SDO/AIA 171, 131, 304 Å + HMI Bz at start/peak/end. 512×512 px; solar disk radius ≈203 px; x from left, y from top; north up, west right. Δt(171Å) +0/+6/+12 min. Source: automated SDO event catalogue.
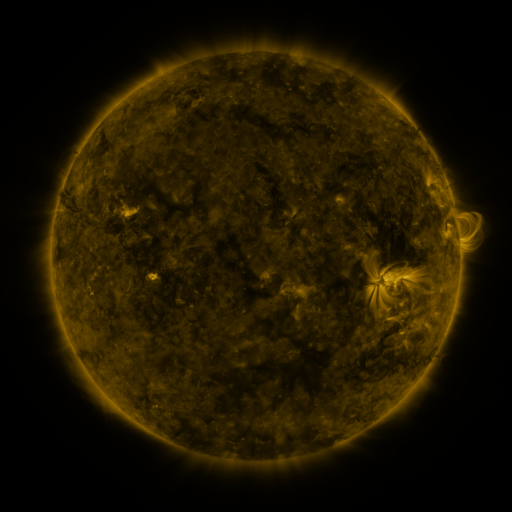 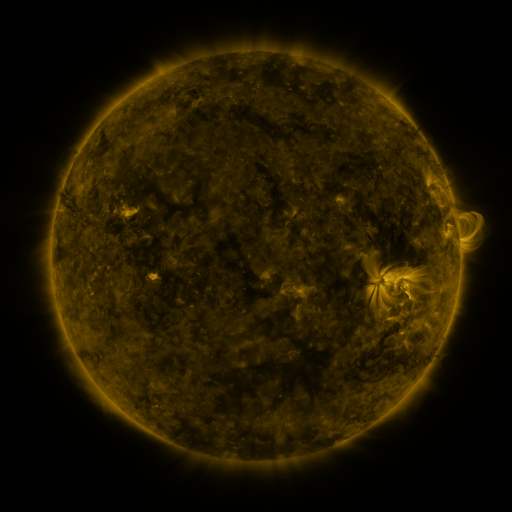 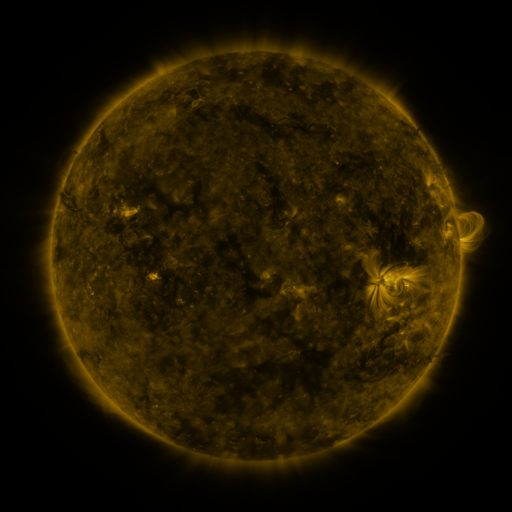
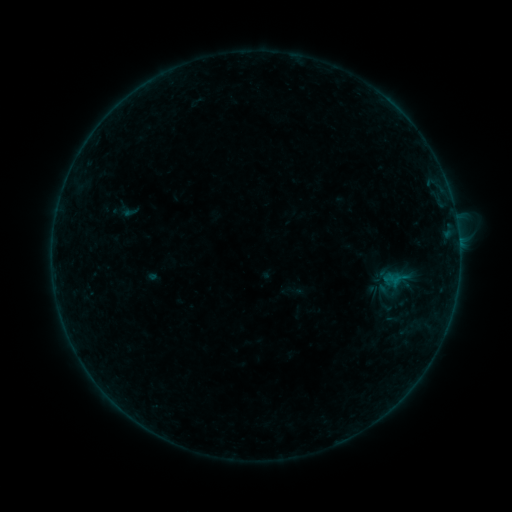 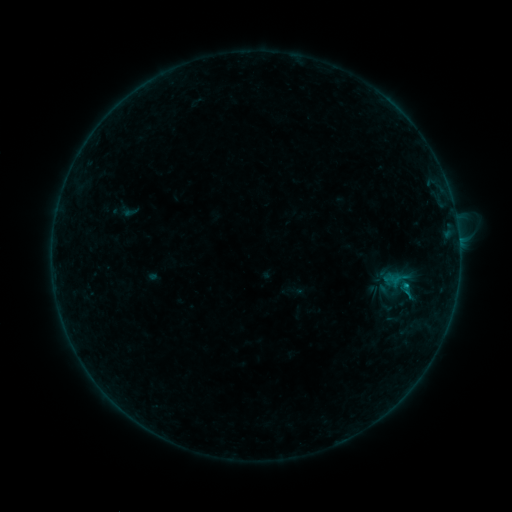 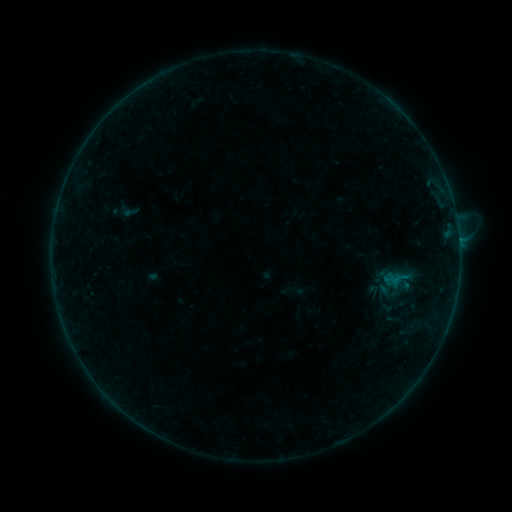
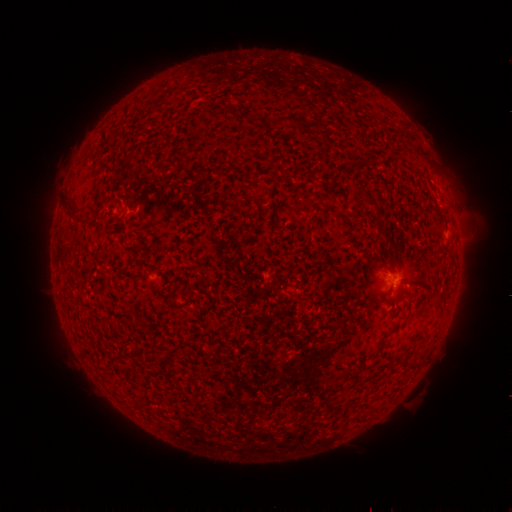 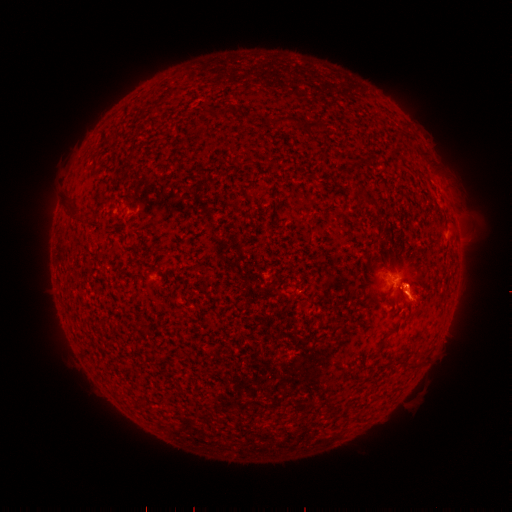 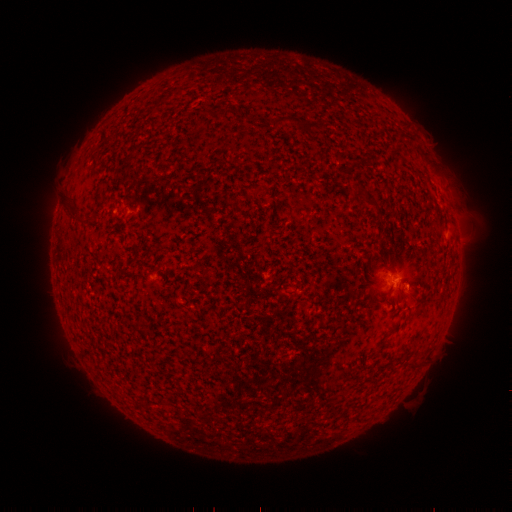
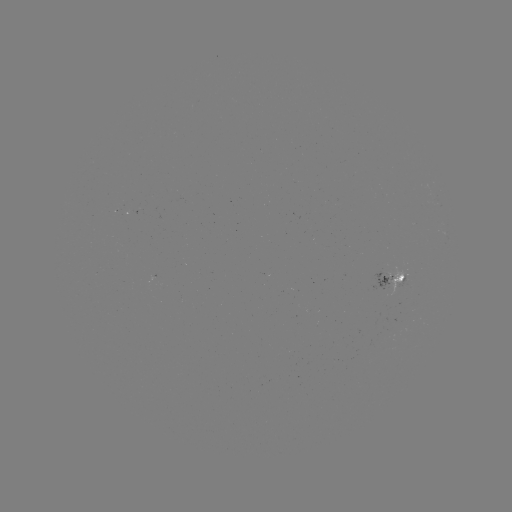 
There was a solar flare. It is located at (405, 284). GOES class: B2.9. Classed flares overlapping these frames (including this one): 1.